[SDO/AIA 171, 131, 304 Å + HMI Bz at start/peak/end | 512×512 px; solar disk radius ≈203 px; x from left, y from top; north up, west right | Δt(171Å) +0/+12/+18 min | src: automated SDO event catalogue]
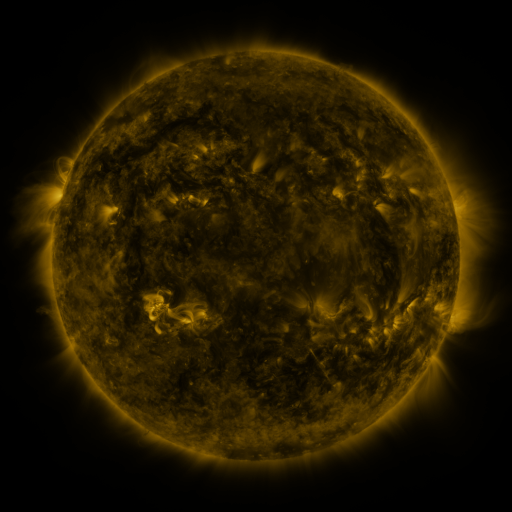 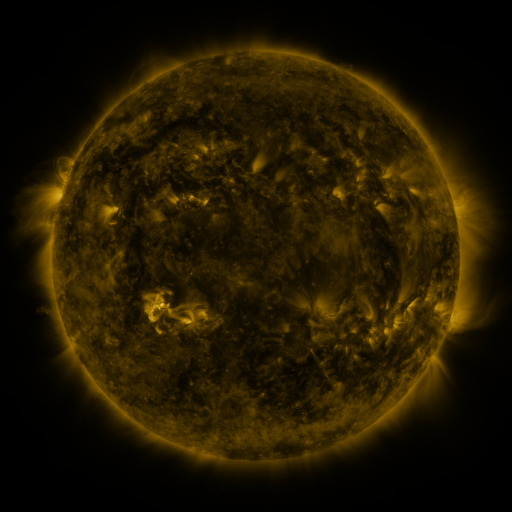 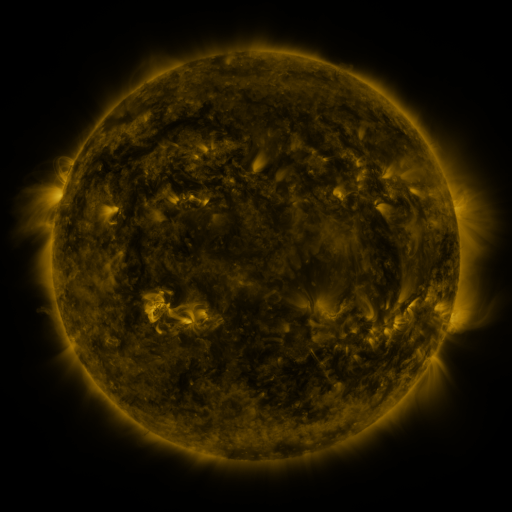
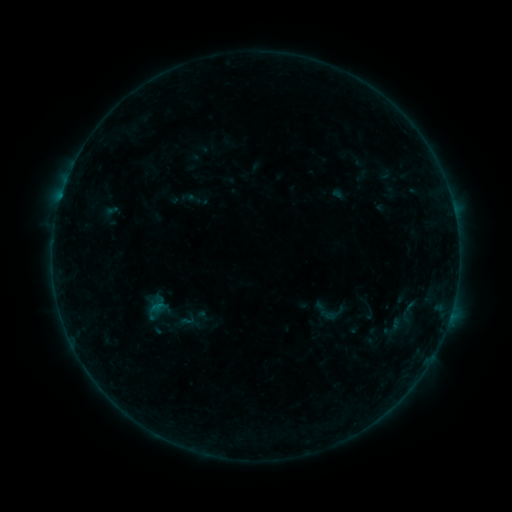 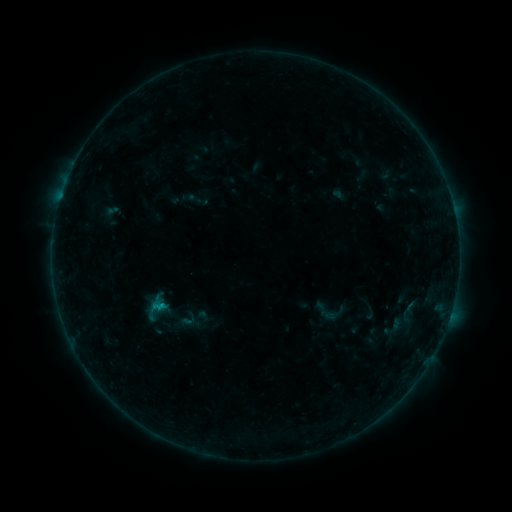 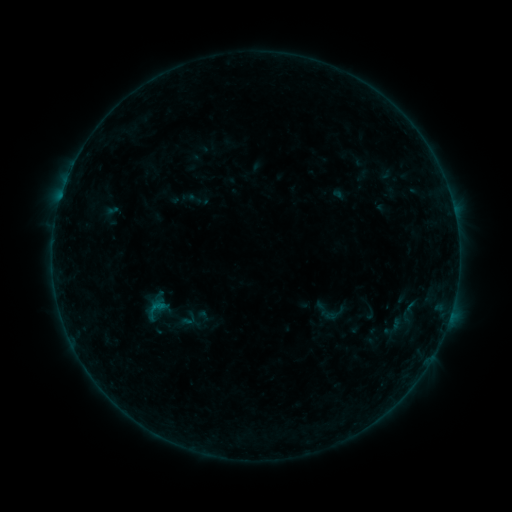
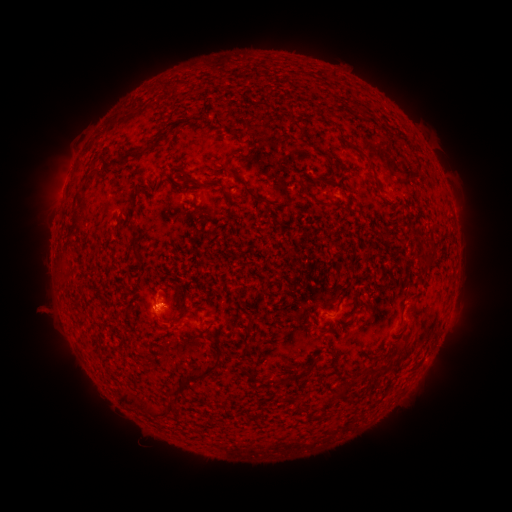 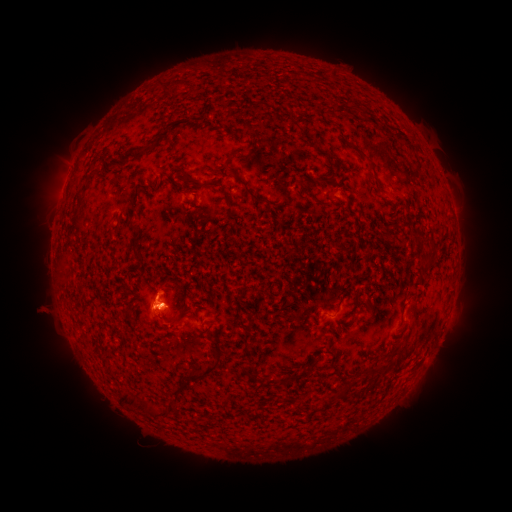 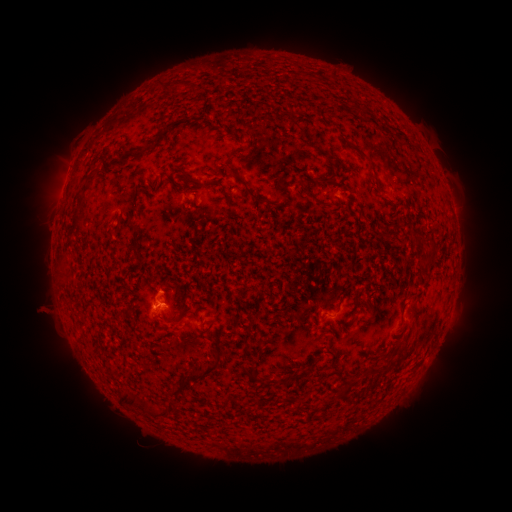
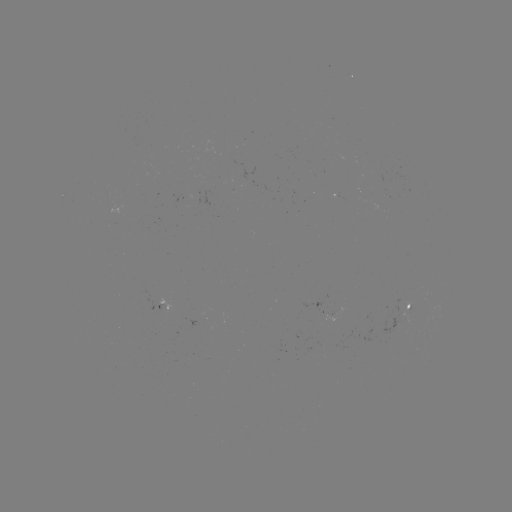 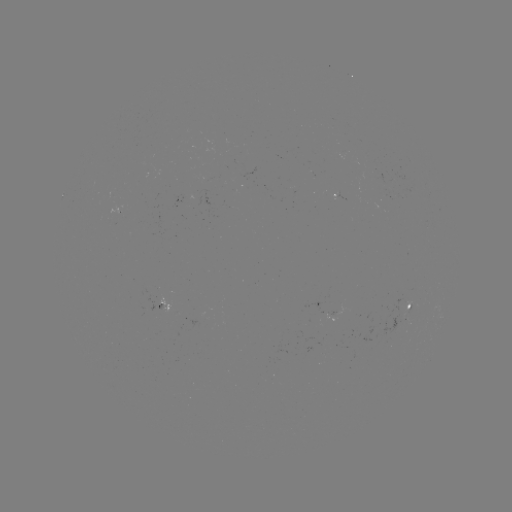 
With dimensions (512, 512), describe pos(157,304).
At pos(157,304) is B4.4 flare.